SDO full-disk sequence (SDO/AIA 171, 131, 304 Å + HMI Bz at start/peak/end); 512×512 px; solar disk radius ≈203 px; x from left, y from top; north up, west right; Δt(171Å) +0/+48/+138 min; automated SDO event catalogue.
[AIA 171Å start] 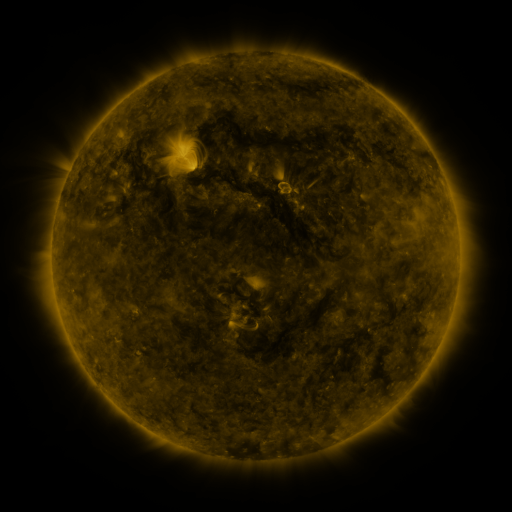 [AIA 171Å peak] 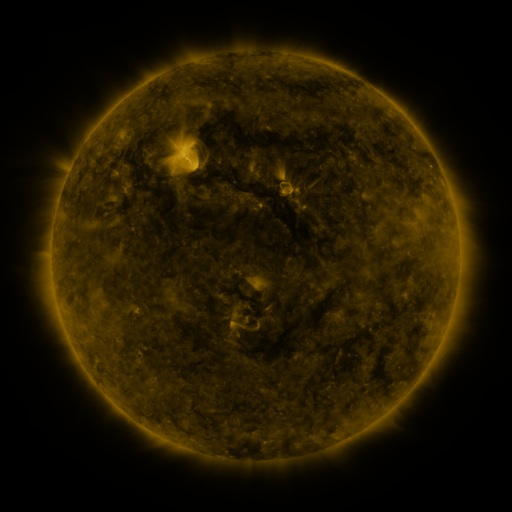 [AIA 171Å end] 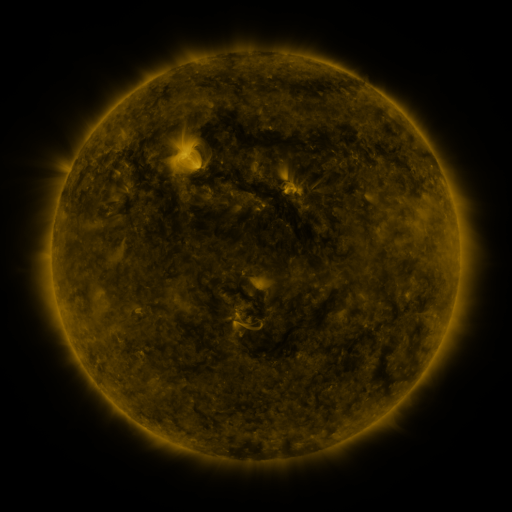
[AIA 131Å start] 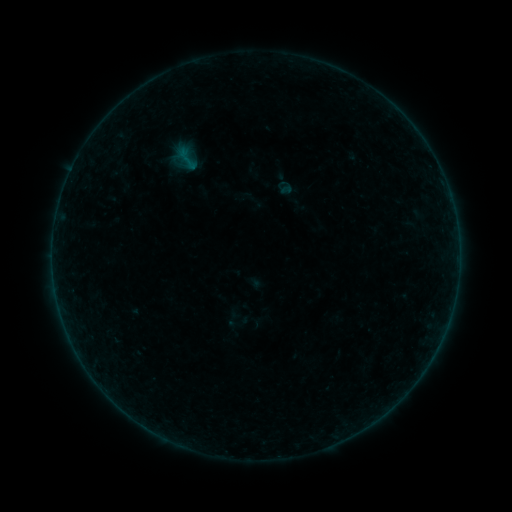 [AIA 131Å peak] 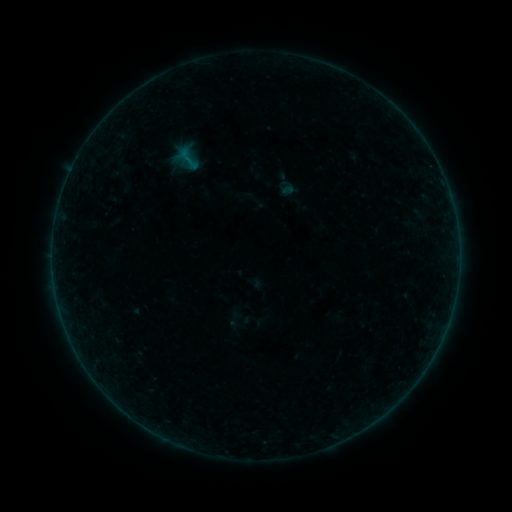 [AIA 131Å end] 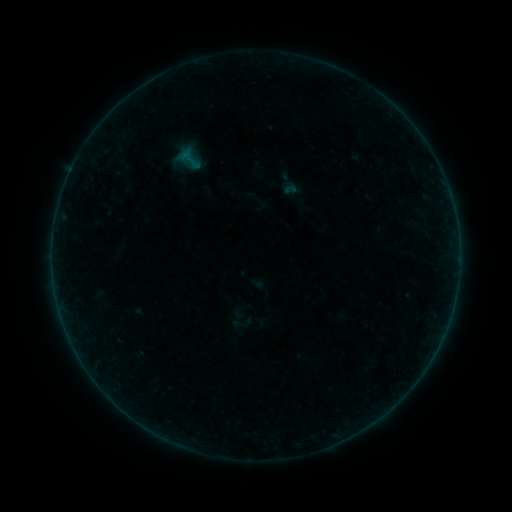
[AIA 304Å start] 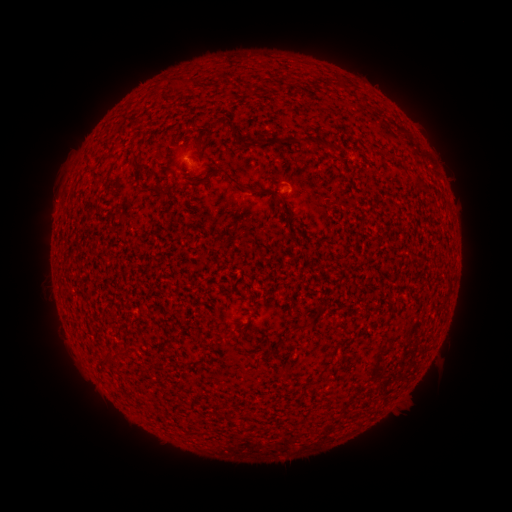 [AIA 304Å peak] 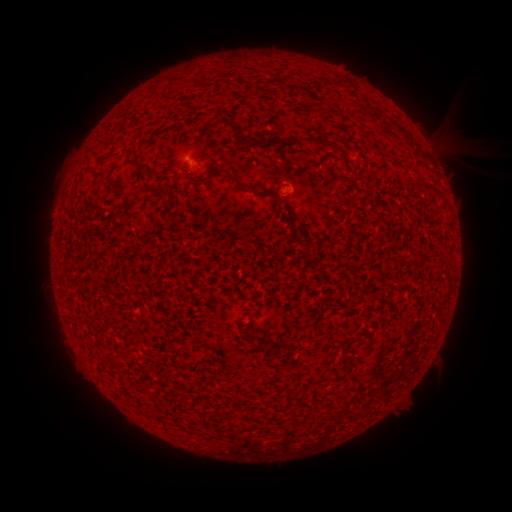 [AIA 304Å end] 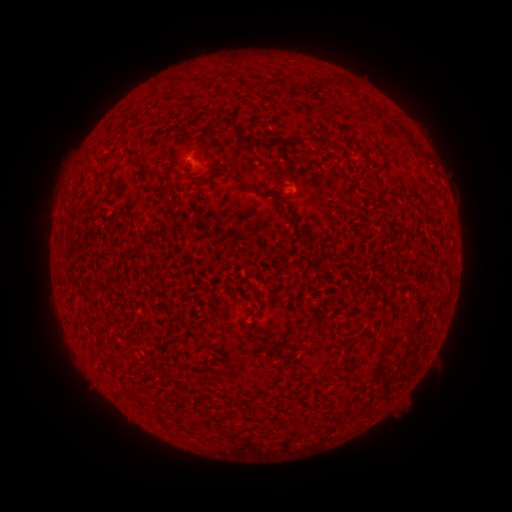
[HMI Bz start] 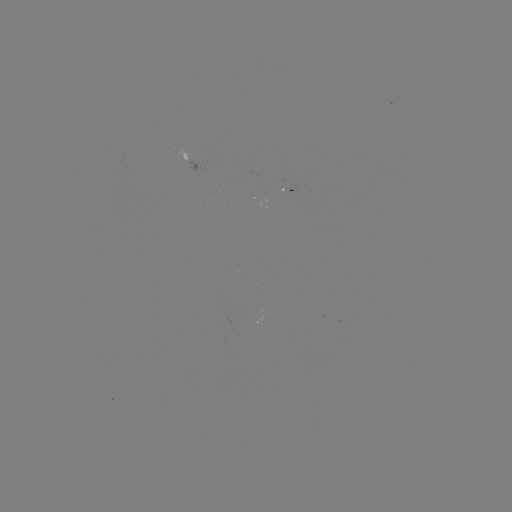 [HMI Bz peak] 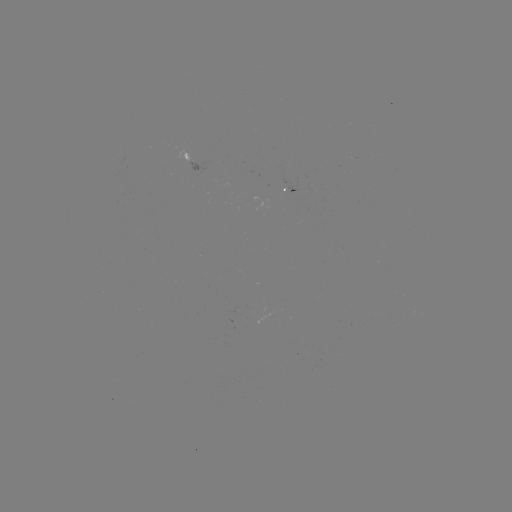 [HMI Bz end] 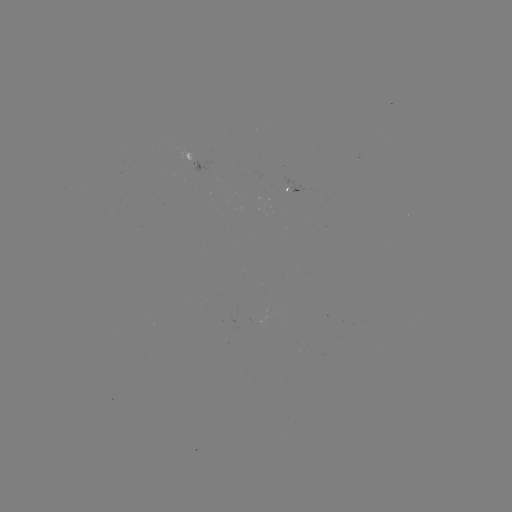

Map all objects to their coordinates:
A6.2 flare: (70, 173)
